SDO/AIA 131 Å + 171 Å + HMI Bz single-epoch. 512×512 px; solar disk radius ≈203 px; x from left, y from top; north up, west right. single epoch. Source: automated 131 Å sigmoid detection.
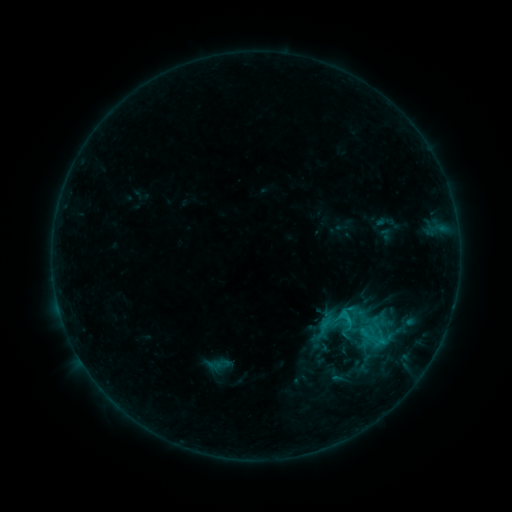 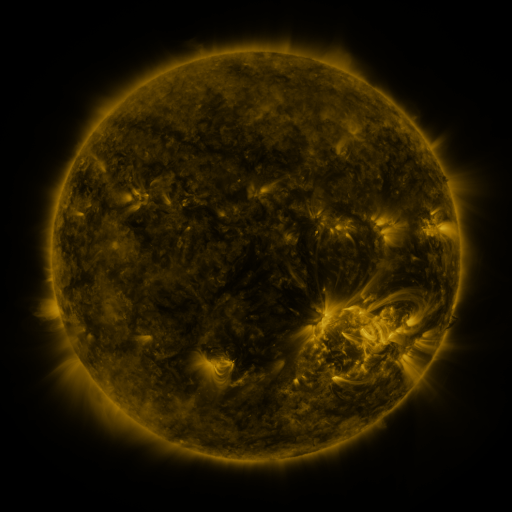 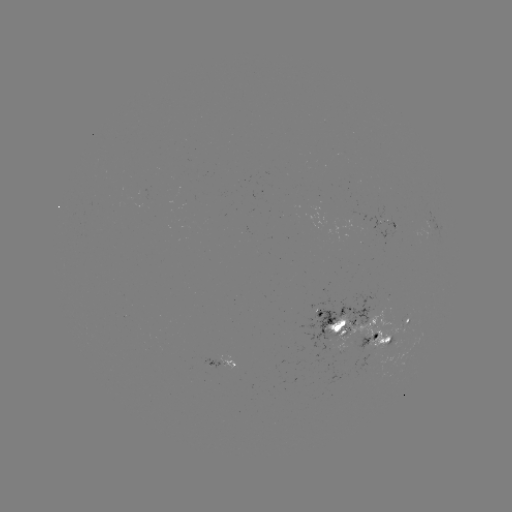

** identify sigmoid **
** (342, 319) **